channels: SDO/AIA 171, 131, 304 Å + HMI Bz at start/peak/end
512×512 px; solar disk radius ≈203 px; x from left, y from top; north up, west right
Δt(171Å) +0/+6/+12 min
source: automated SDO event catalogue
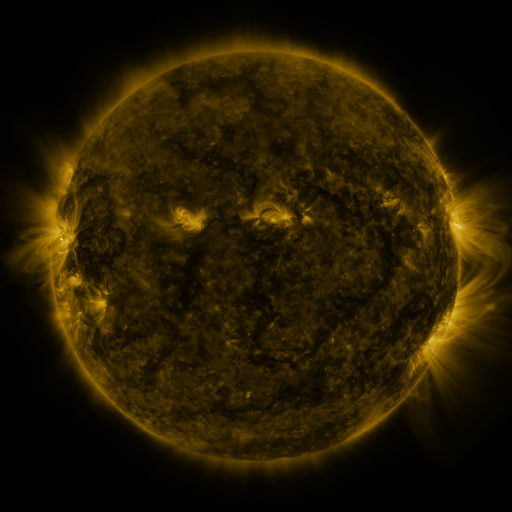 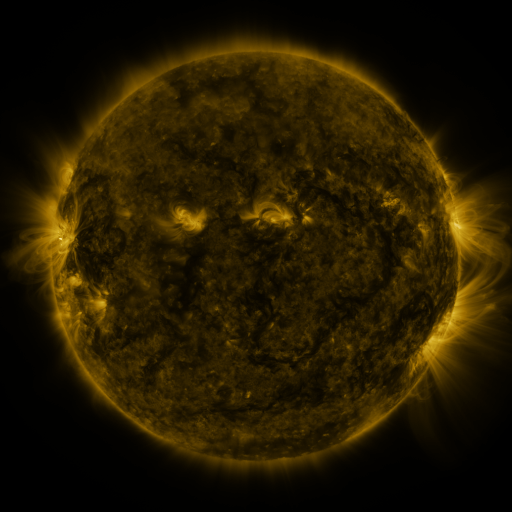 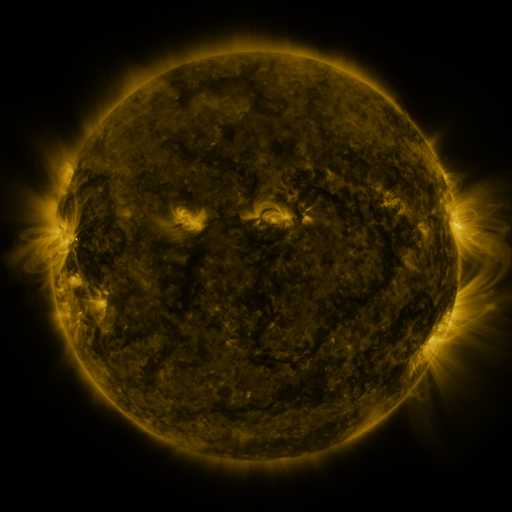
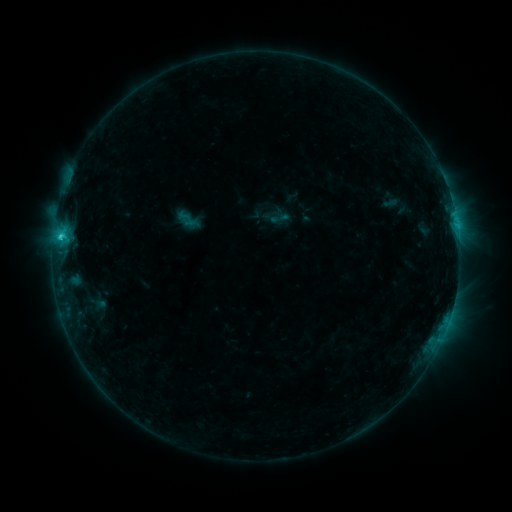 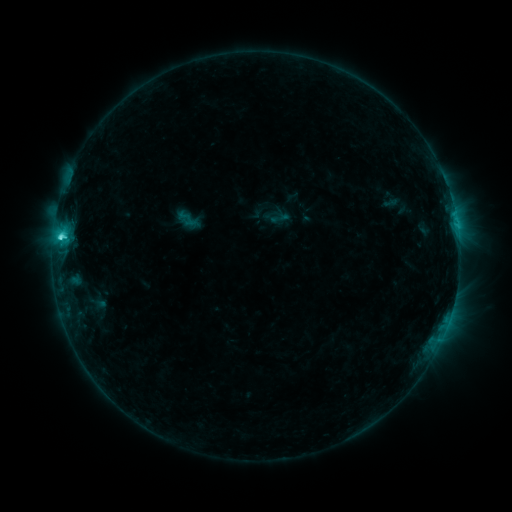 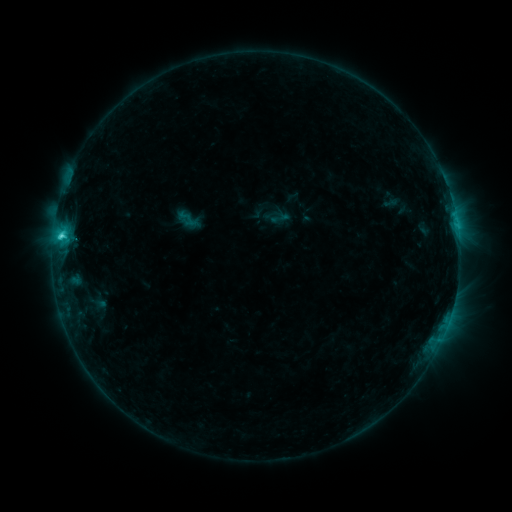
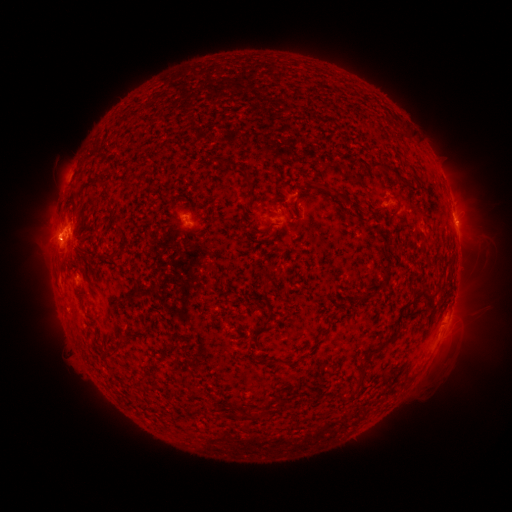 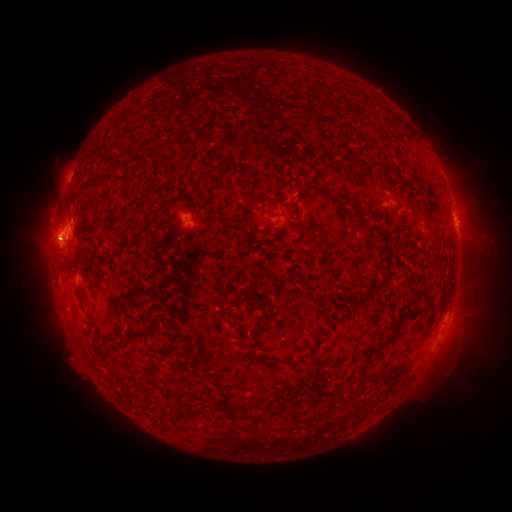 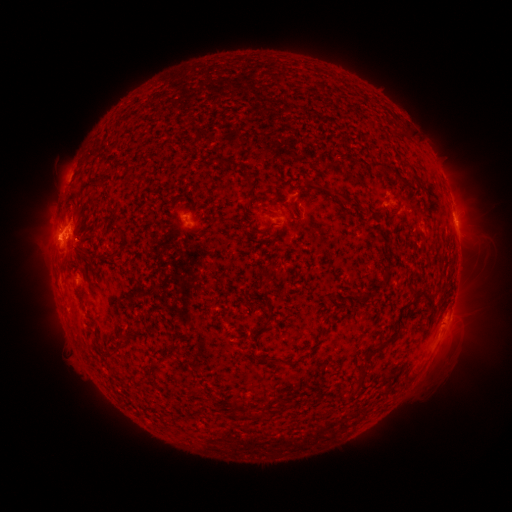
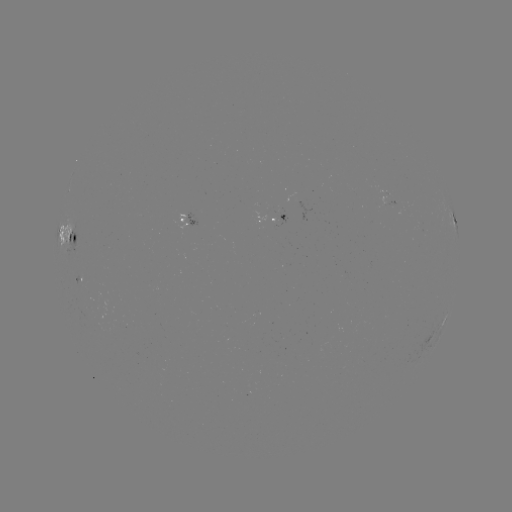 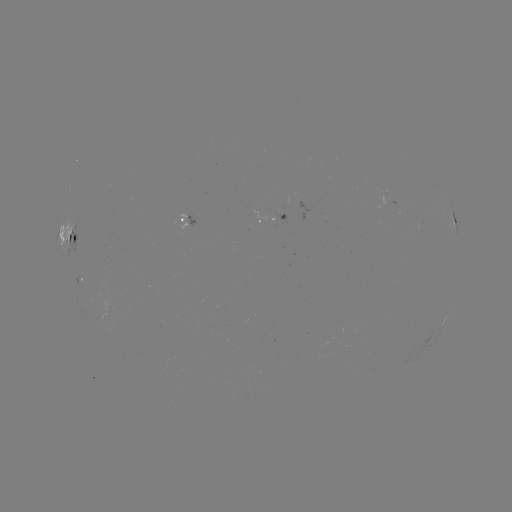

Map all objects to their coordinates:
C2.9 flare: (61, 239)
